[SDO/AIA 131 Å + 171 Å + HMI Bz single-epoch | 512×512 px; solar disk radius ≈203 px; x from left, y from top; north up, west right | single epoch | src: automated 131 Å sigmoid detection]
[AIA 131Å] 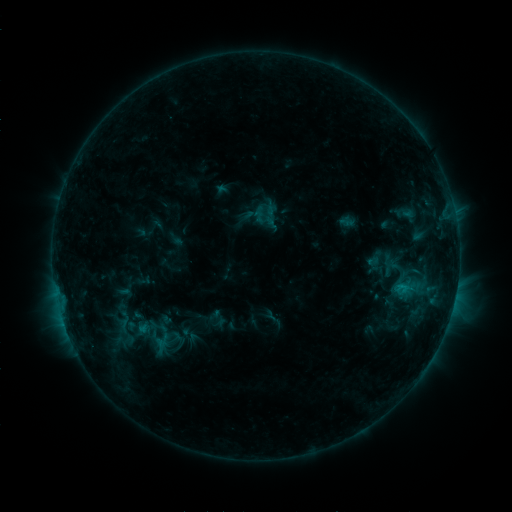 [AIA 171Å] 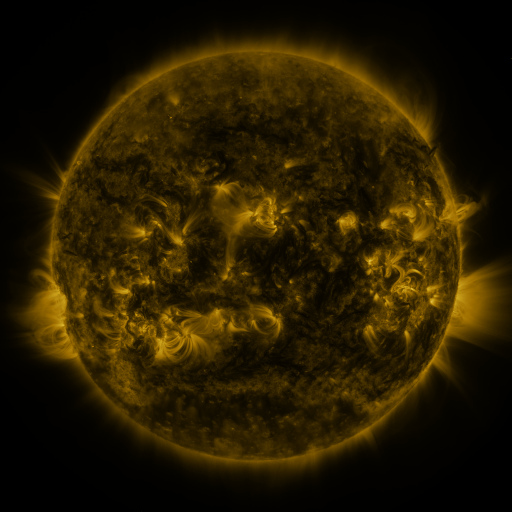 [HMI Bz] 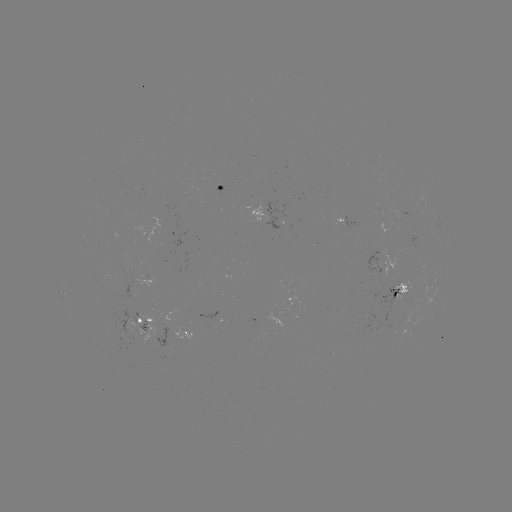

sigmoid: (144, 317, 171, 336)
